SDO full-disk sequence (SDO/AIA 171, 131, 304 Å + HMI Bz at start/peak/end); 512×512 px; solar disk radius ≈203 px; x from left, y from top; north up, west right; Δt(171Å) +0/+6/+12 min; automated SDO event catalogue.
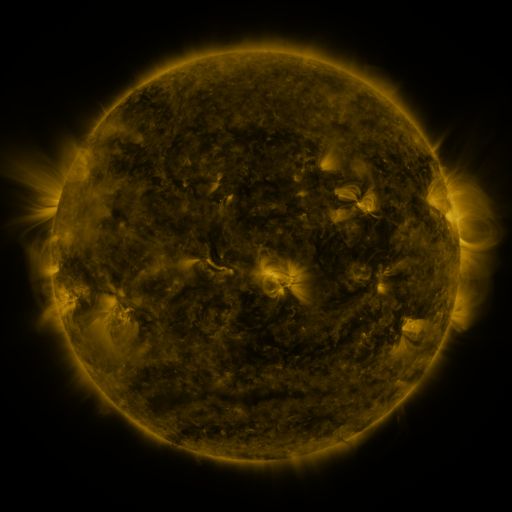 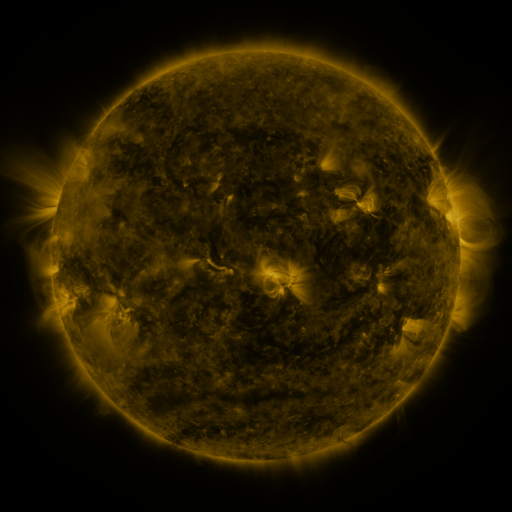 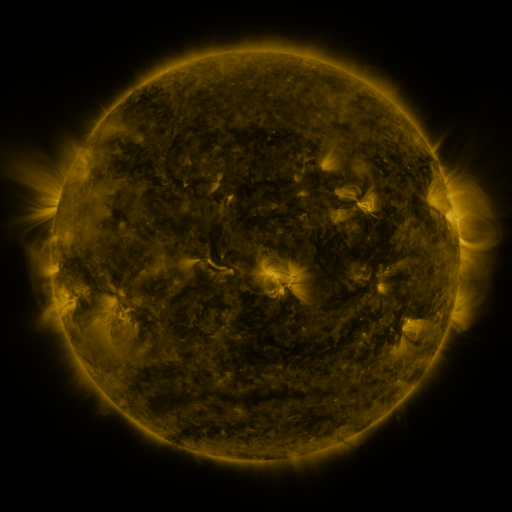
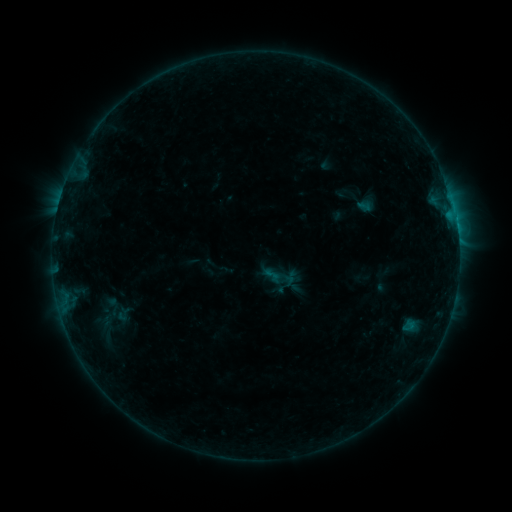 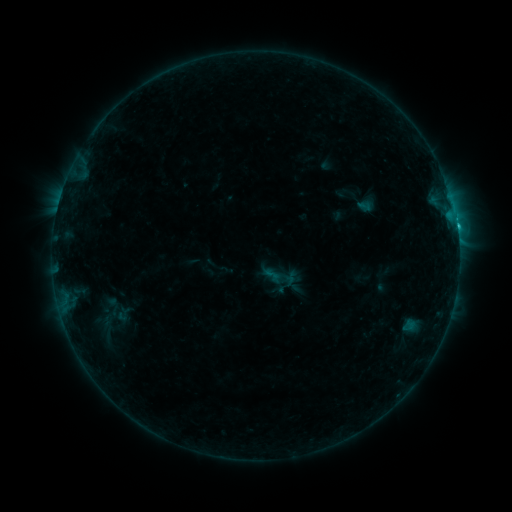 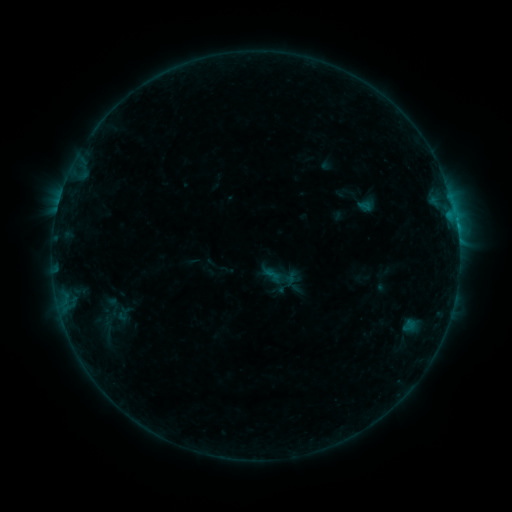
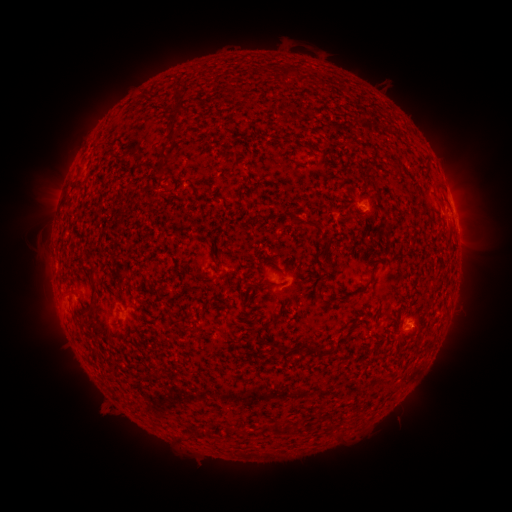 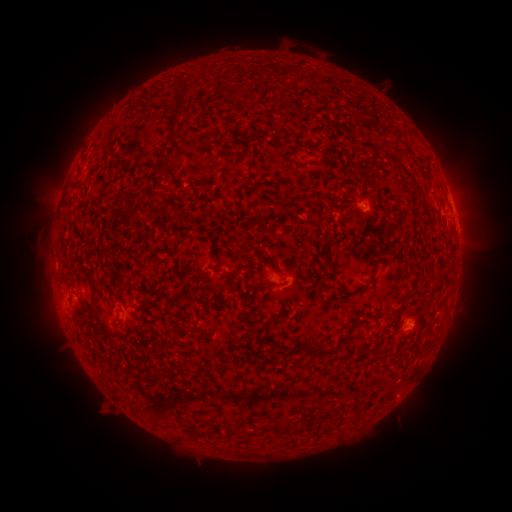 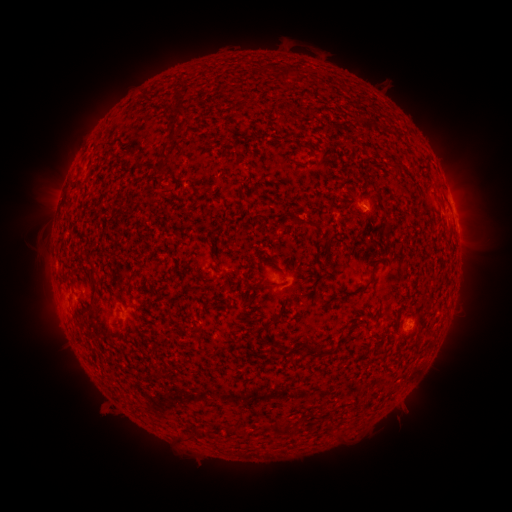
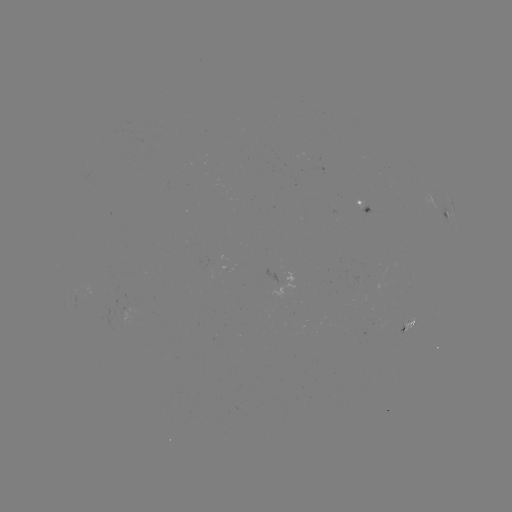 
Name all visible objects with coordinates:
B7.9 flare: (457, 227)
